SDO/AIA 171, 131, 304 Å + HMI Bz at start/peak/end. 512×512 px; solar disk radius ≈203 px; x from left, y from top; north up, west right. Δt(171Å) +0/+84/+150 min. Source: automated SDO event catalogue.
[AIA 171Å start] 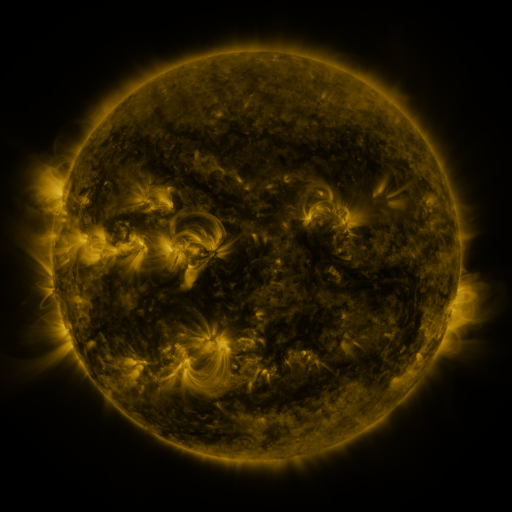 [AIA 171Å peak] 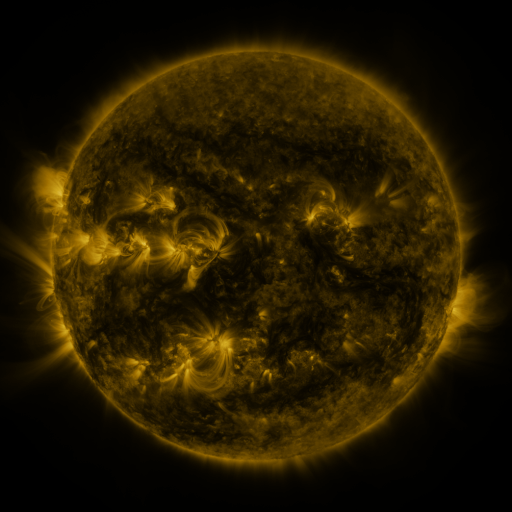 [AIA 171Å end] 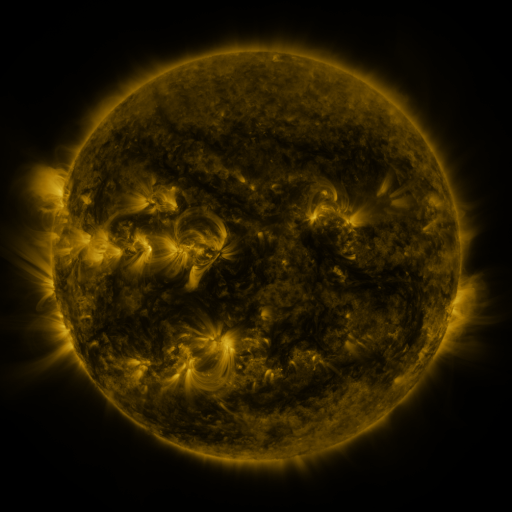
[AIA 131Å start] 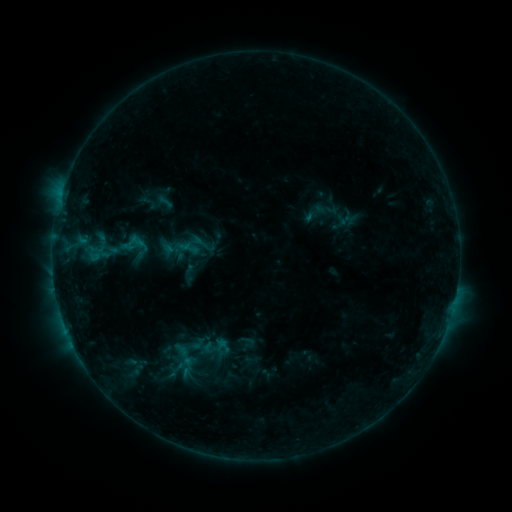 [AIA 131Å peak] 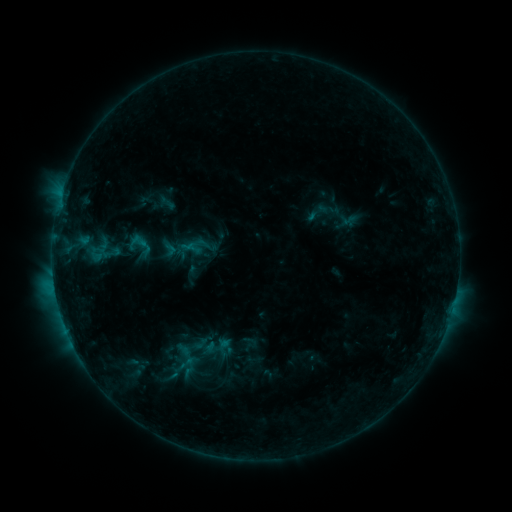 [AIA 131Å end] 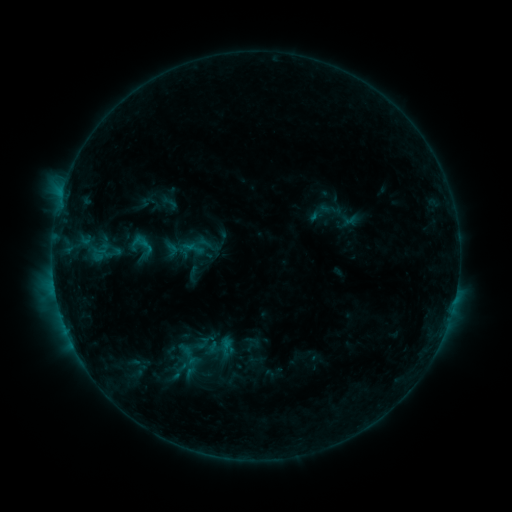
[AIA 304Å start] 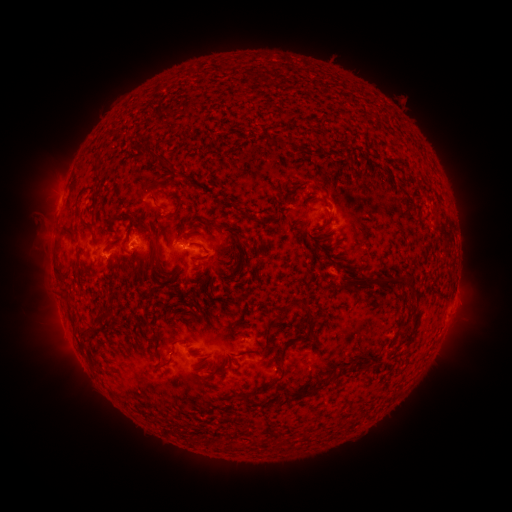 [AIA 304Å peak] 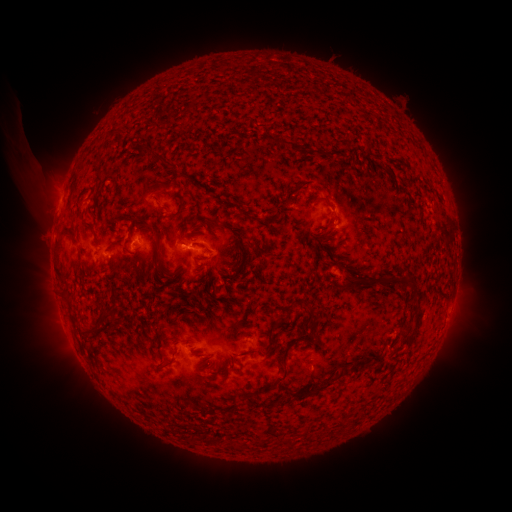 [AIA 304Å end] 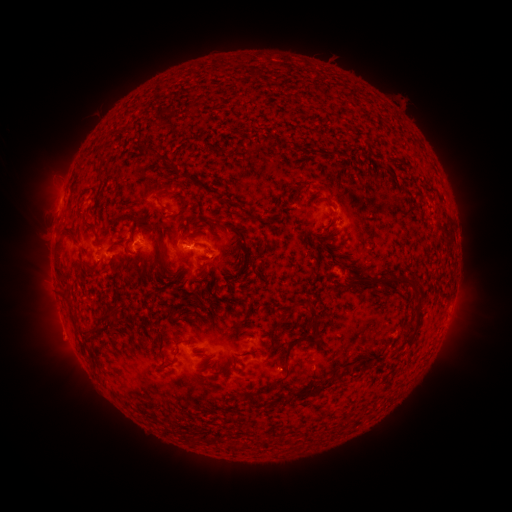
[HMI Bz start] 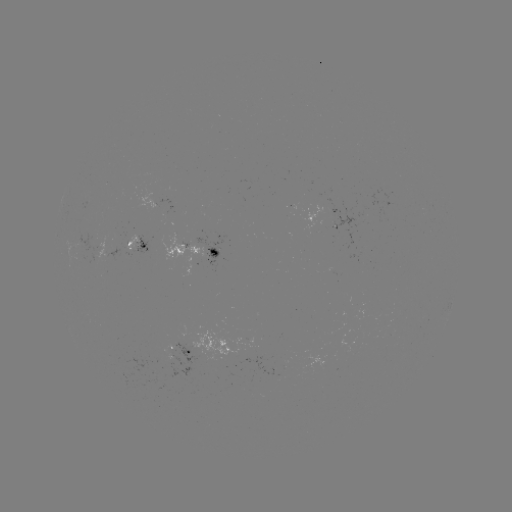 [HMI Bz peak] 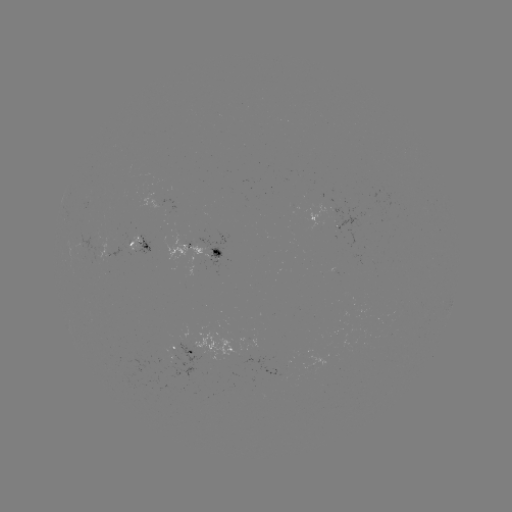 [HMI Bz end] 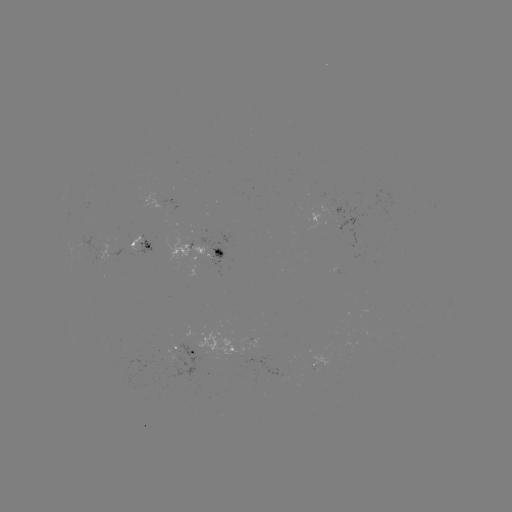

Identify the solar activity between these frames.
C1.8 flare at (54, 281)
